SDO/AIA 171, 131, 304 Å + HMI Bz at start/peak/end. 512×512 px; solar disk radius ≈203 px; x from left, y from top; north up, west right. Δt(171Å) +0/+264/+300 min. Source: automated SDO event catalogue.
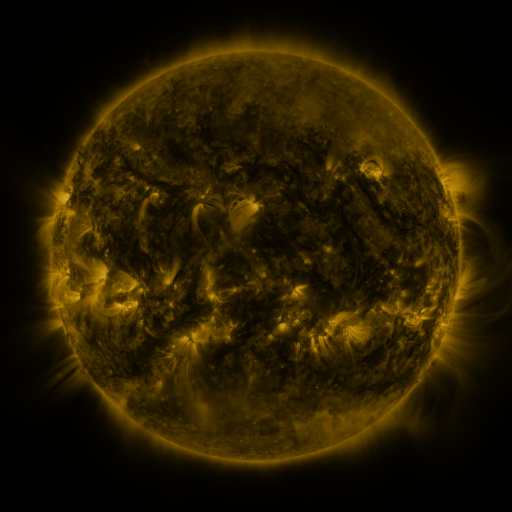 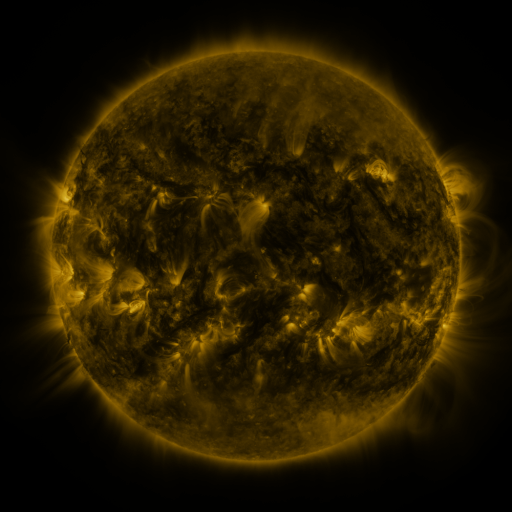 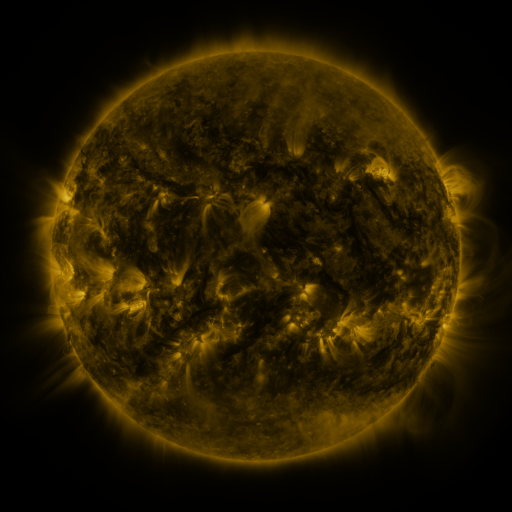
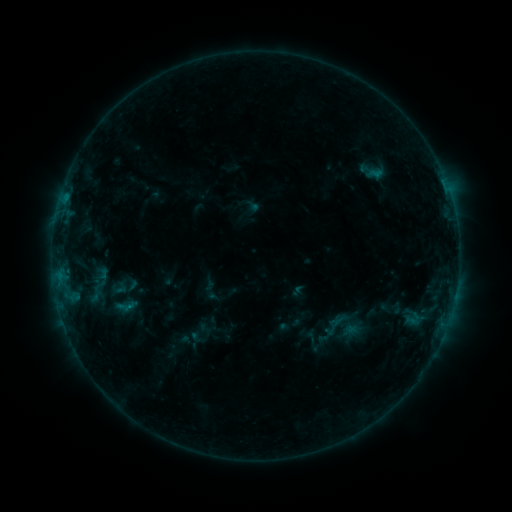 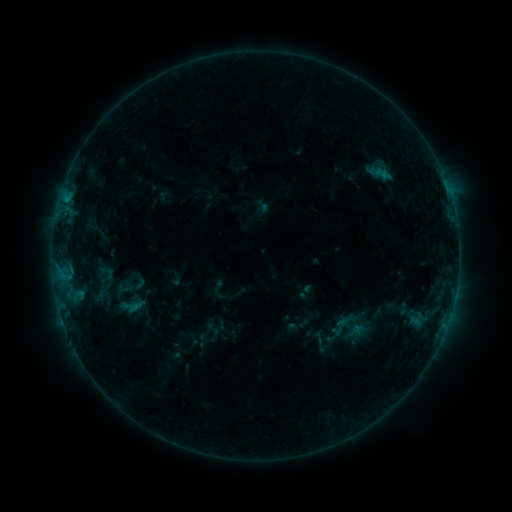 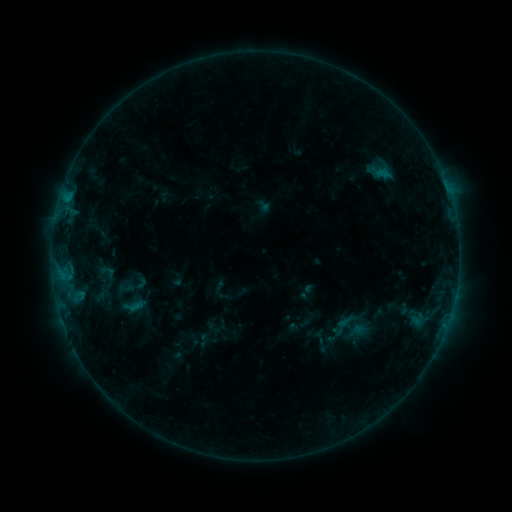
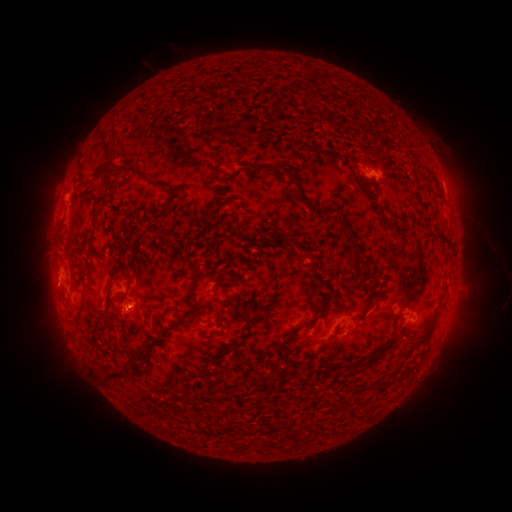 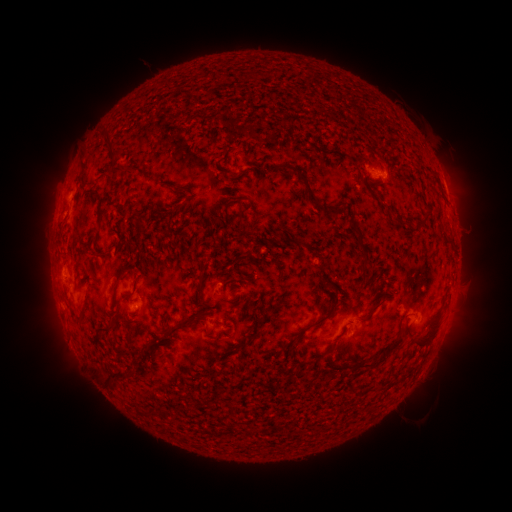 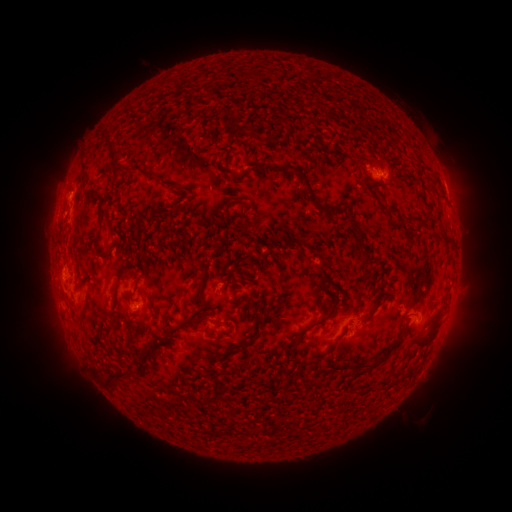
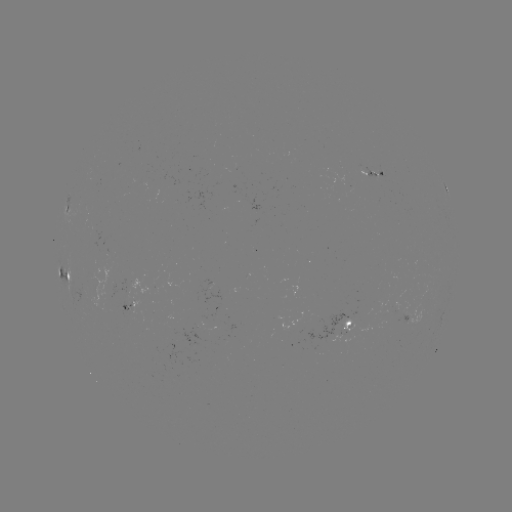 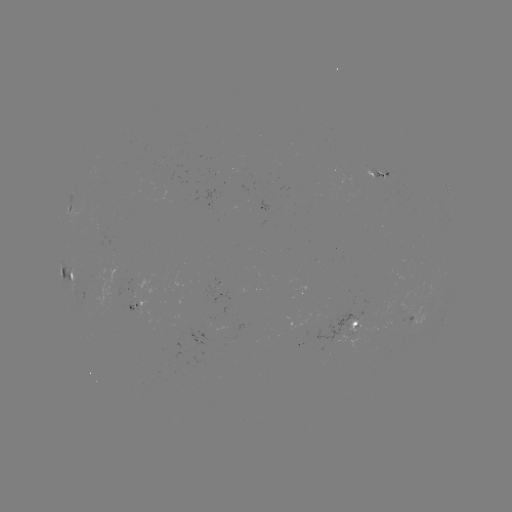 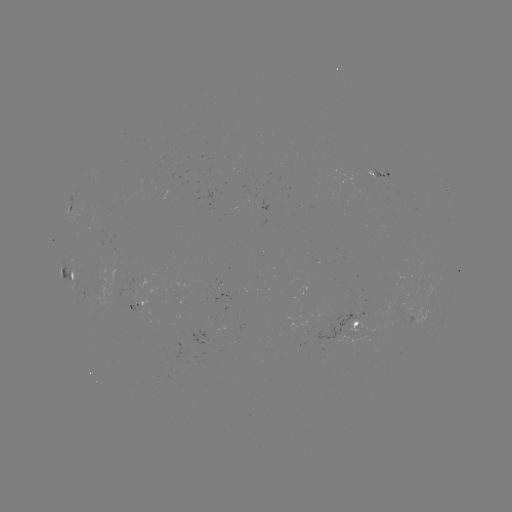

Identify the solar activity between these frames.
emerging-flux region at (368, 169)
